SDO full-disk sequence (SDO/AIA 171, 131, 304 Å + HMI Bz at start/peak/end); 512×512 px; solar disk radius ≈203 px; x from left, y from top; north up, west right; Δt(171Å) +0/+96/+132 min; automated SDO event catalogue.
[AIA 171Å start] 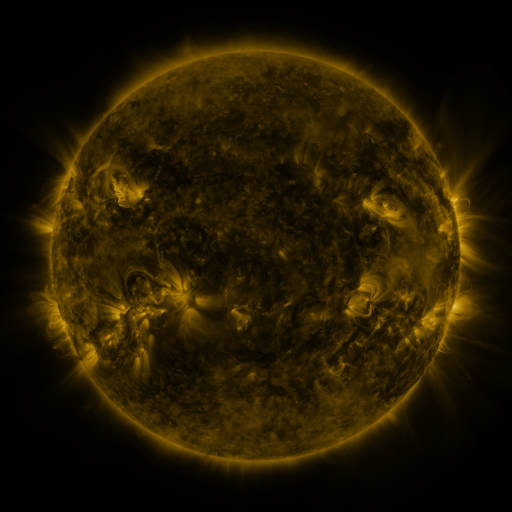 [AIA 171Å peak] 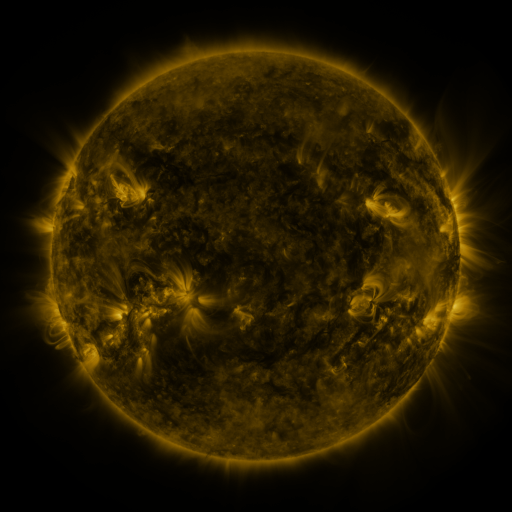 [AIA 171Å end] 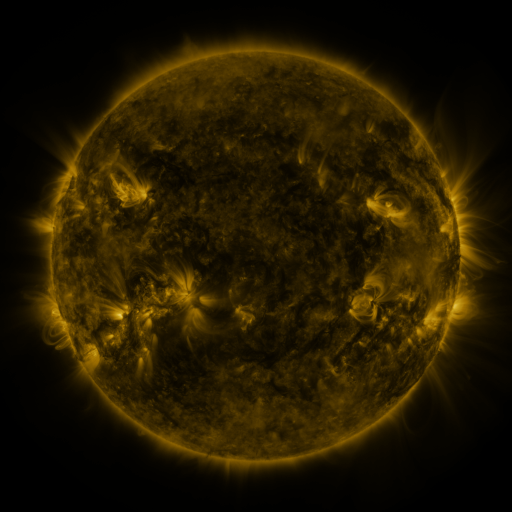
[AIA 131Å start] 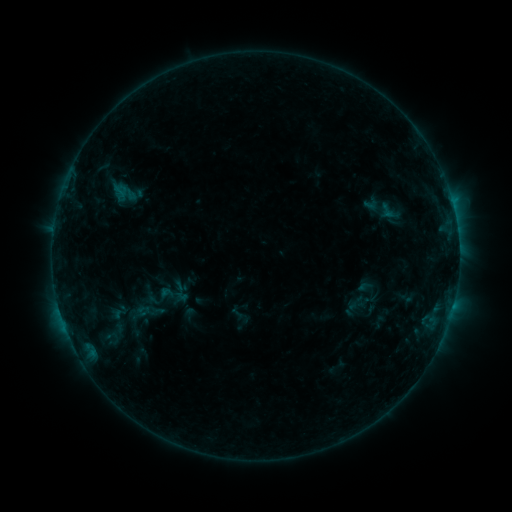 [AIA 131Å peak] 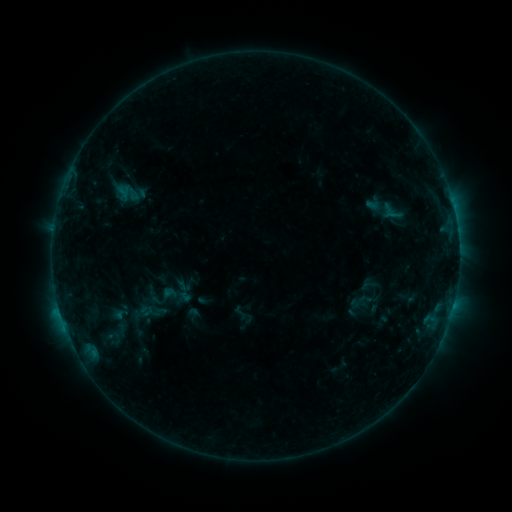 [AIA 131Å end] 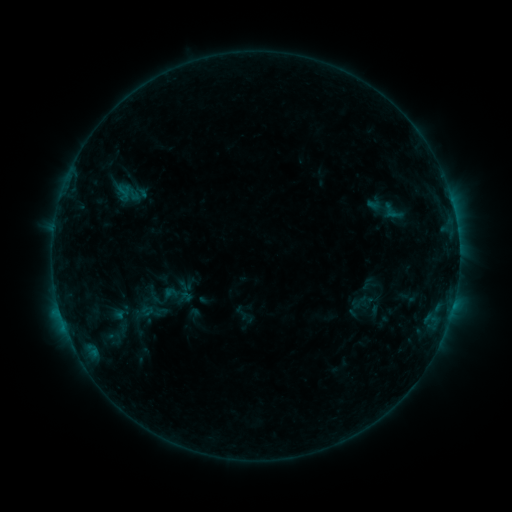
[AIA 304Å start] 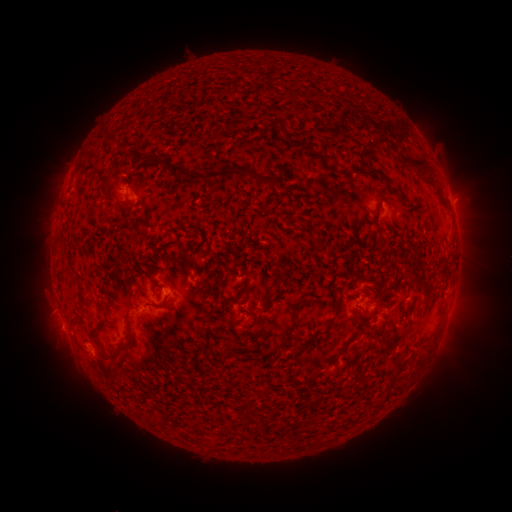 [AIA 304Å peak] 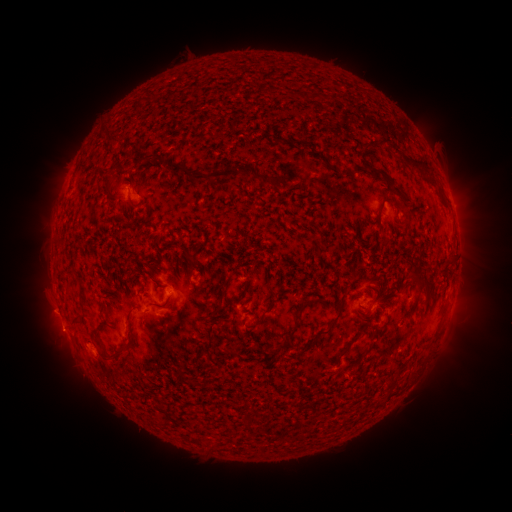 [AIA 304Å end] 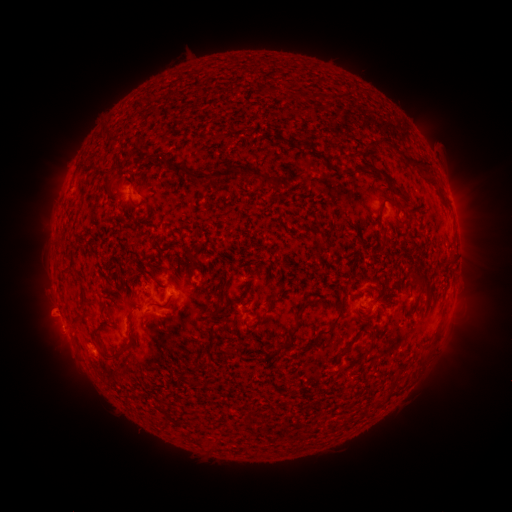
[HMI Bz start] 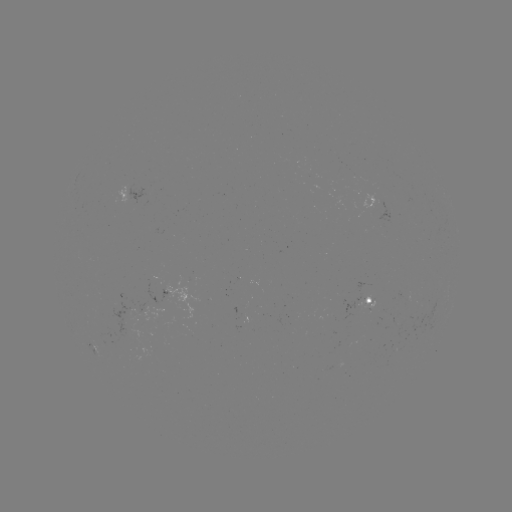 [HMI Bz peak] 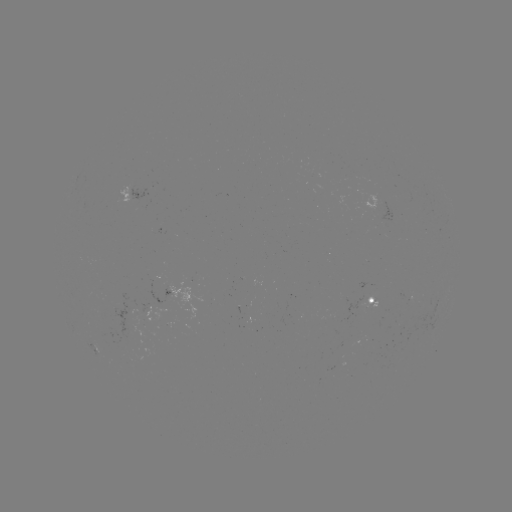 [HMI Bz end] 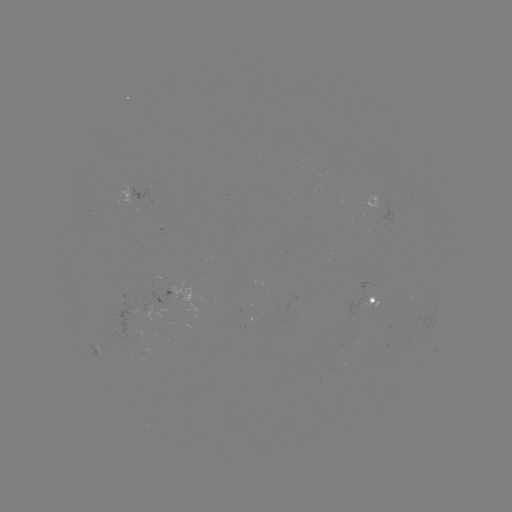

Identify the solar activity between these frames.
emerging-flux region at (162, 289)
